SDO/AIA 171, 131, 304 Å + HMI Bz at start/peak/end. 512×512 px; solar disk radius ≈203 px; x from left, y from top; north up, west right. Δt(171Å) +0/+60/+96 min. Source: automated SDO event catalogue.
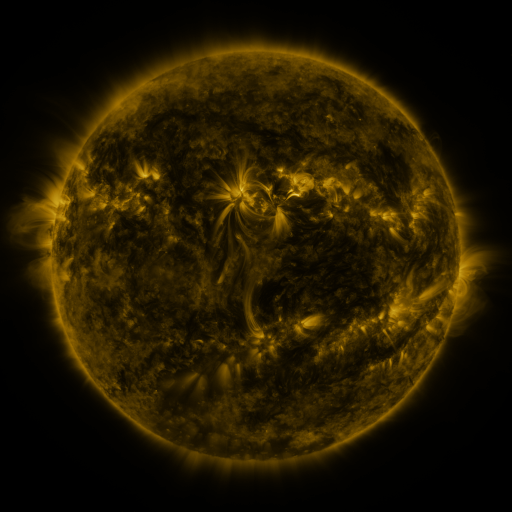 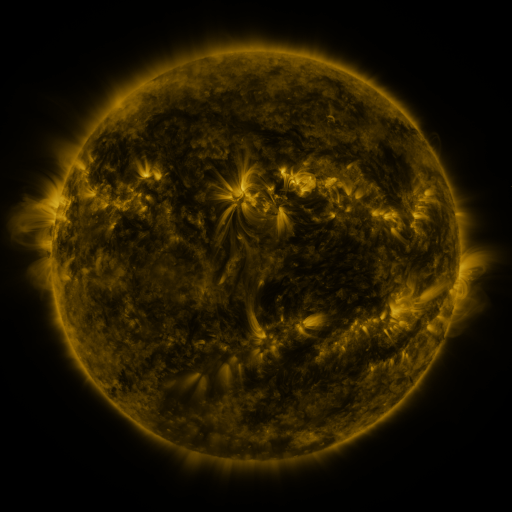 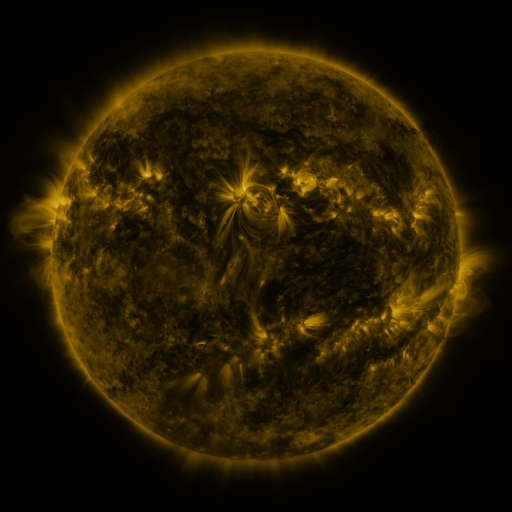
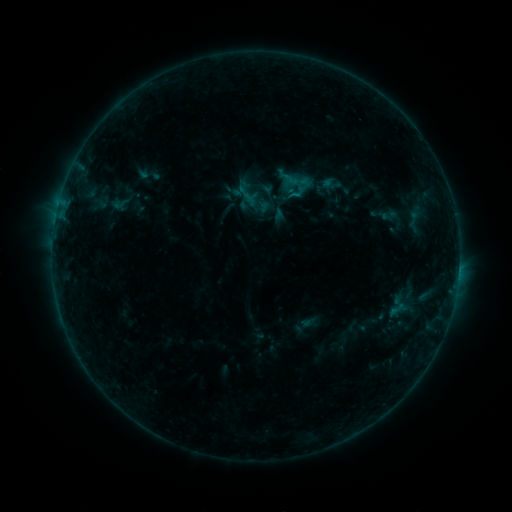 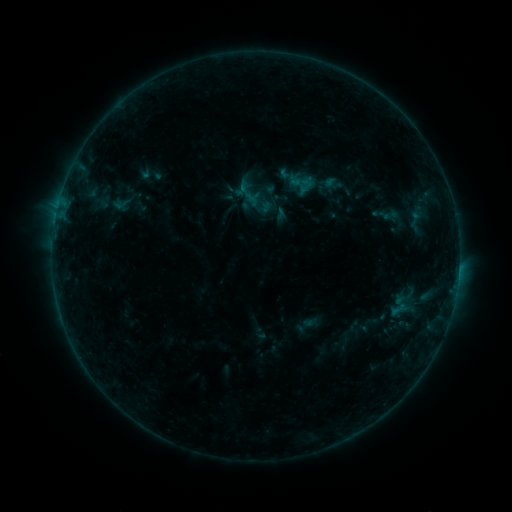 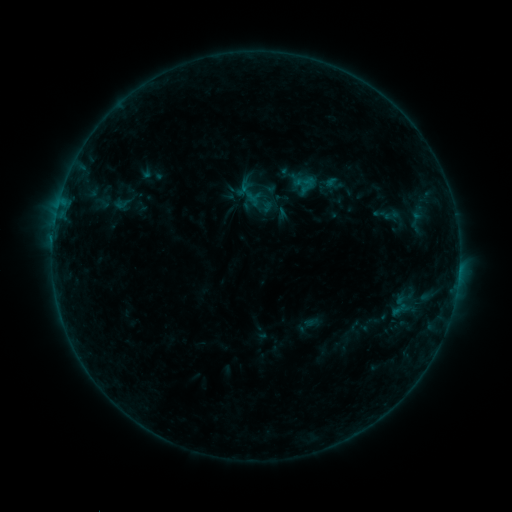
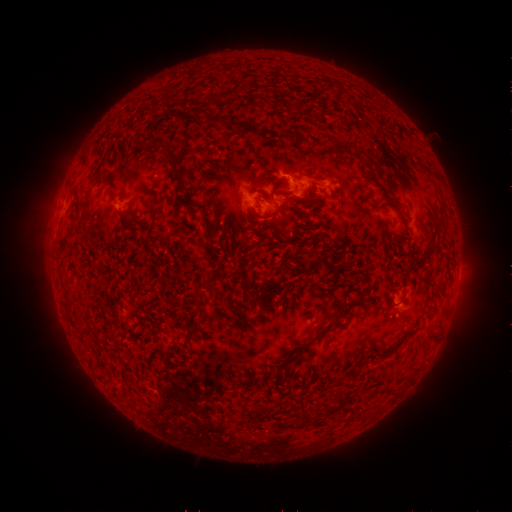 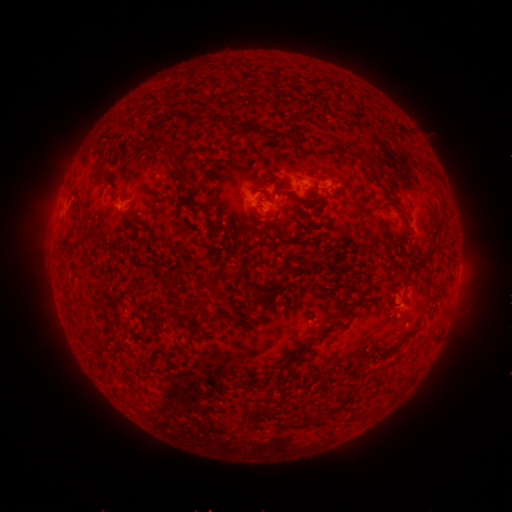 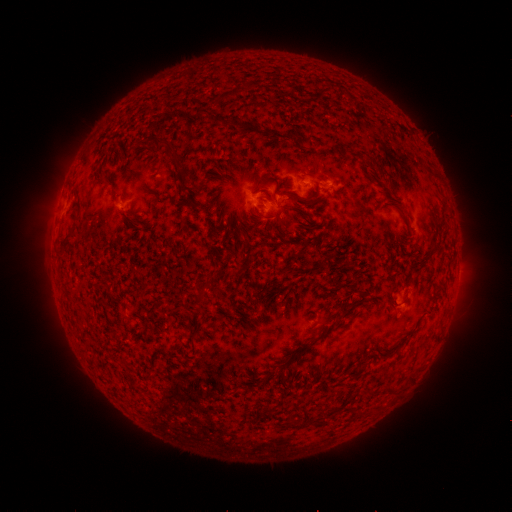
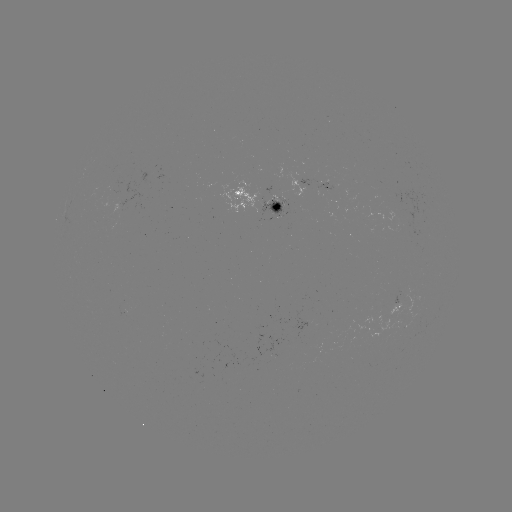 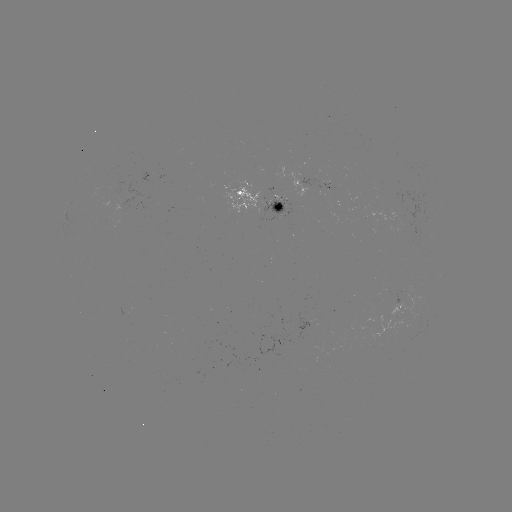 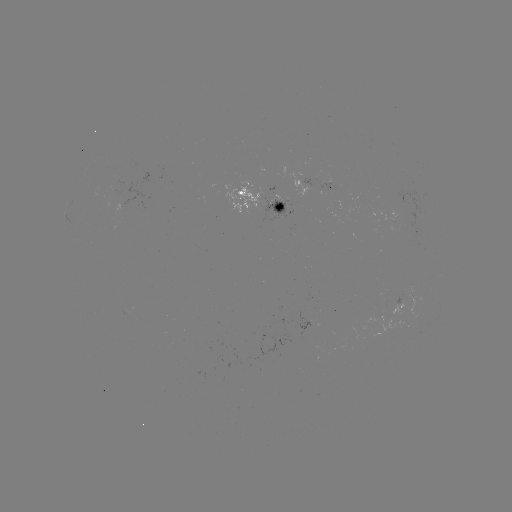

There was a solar emerging-flux region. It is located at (112, 190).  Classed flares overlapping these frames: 1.